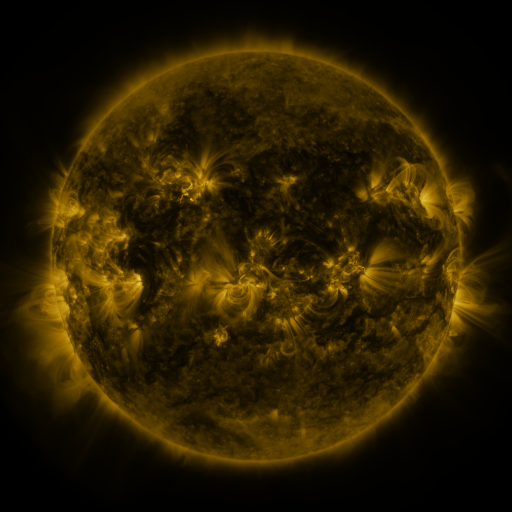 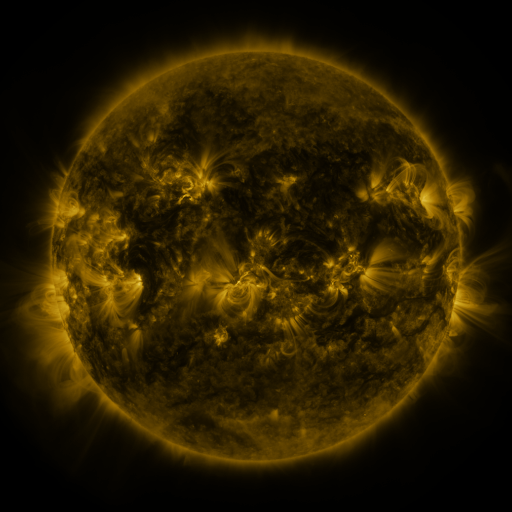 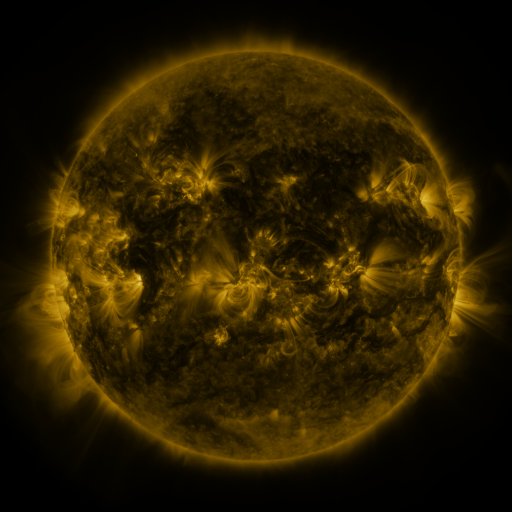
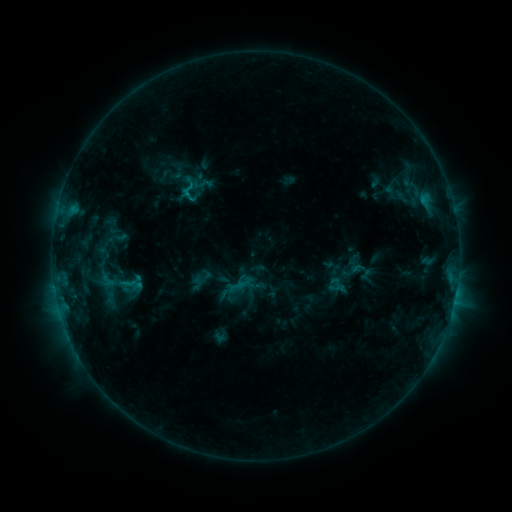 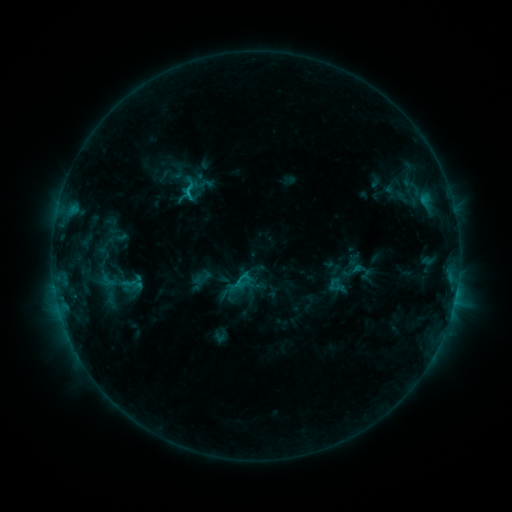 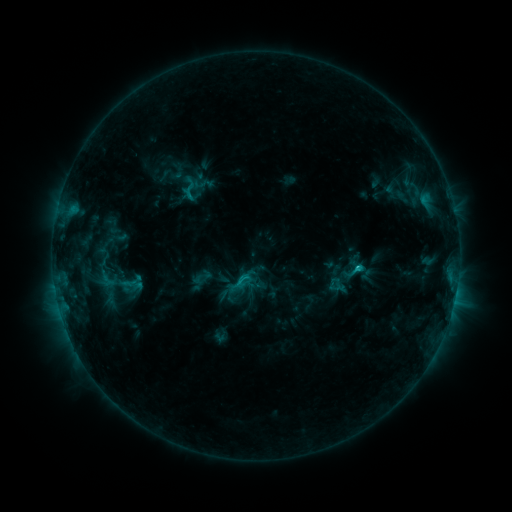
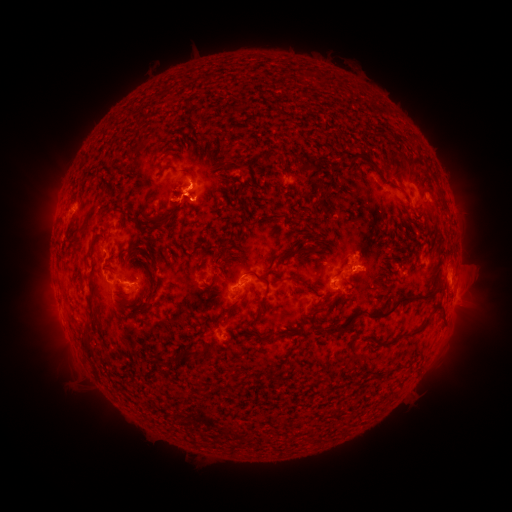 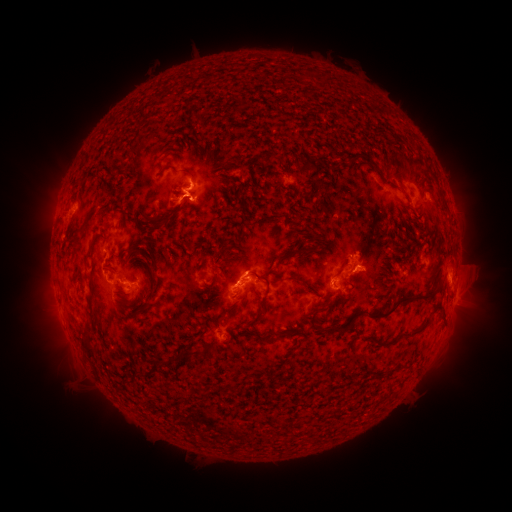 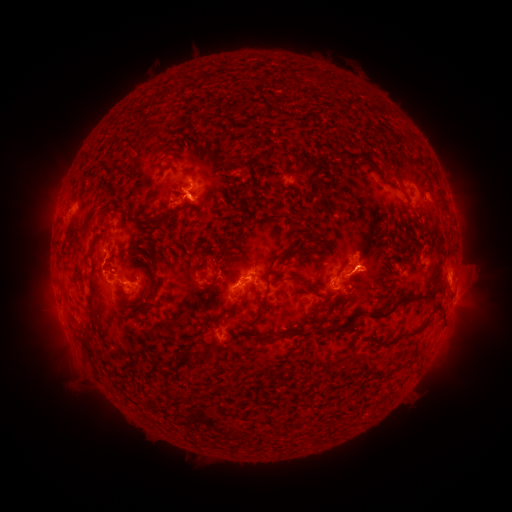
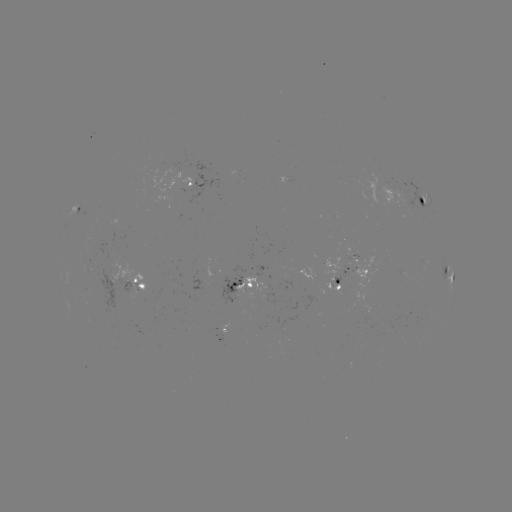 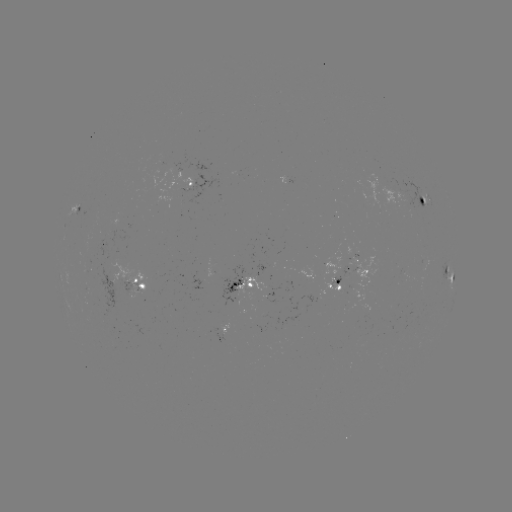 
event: eruption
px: (250, 265)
